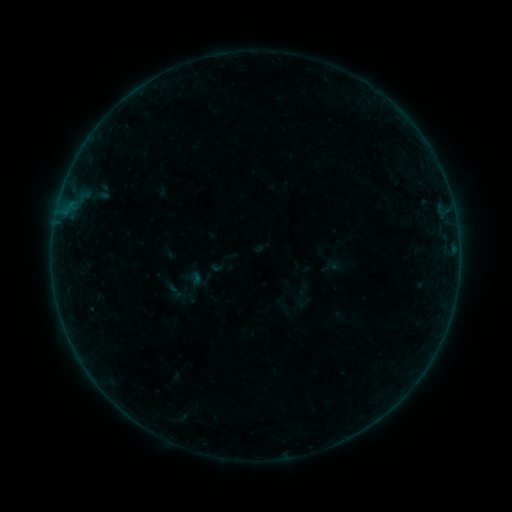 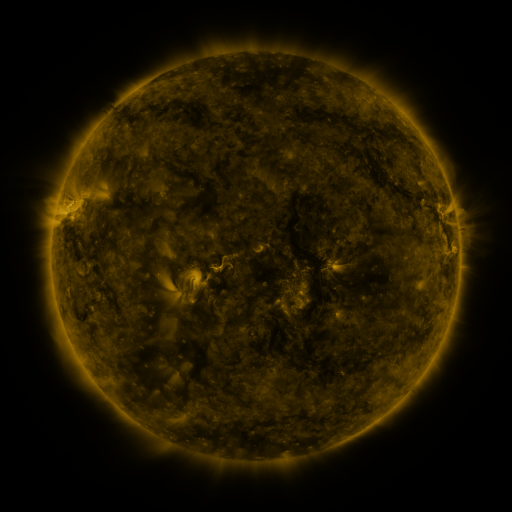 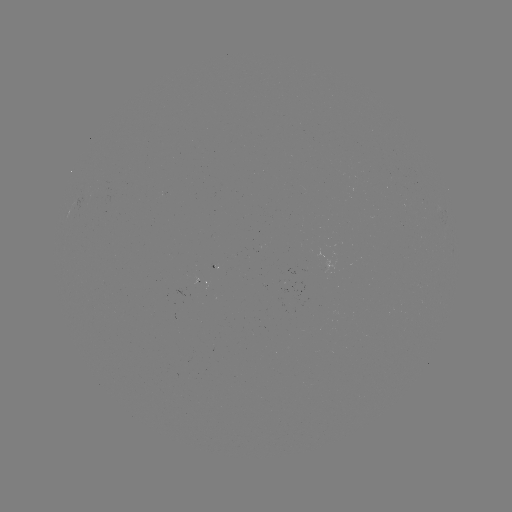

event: sigmoid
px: (174, 291)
